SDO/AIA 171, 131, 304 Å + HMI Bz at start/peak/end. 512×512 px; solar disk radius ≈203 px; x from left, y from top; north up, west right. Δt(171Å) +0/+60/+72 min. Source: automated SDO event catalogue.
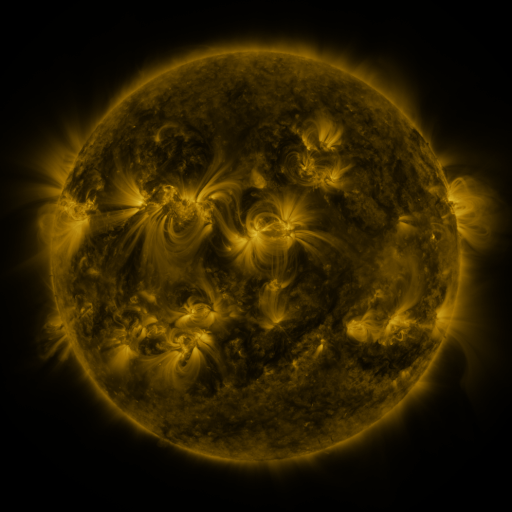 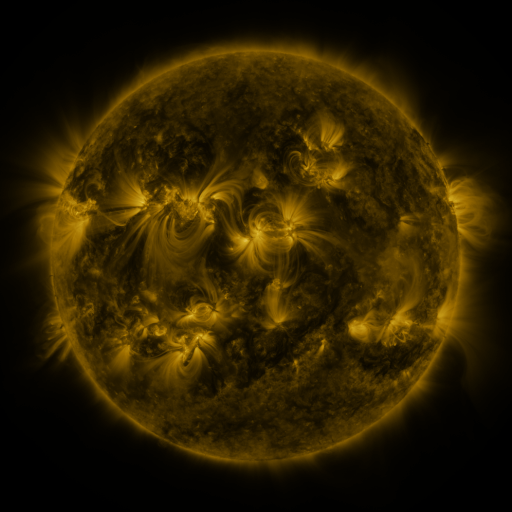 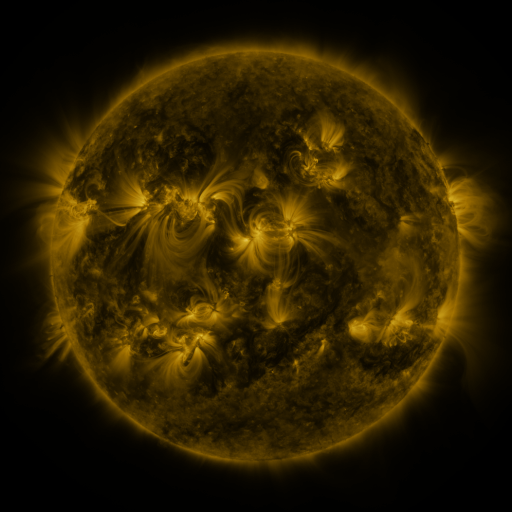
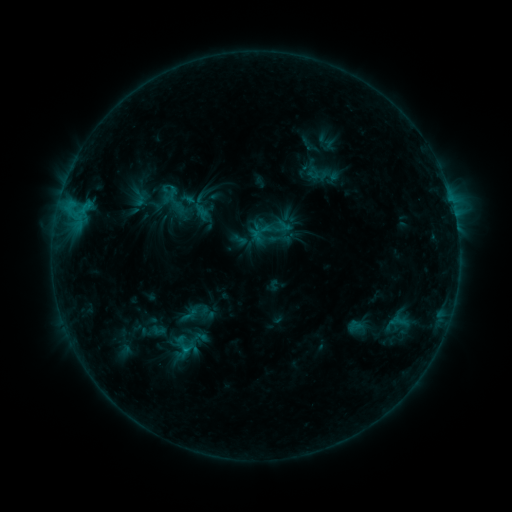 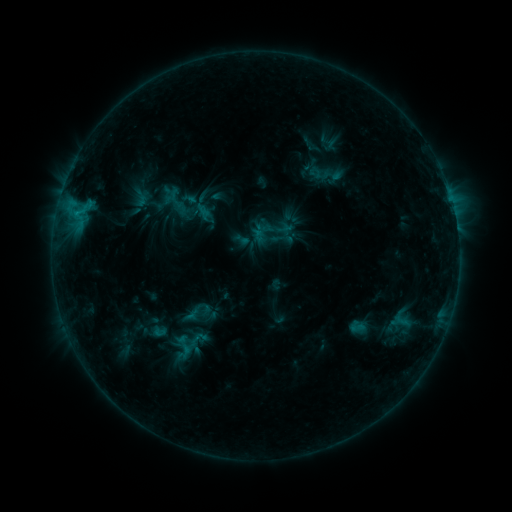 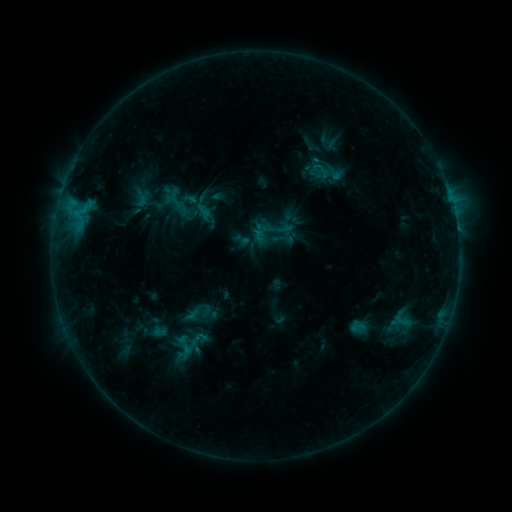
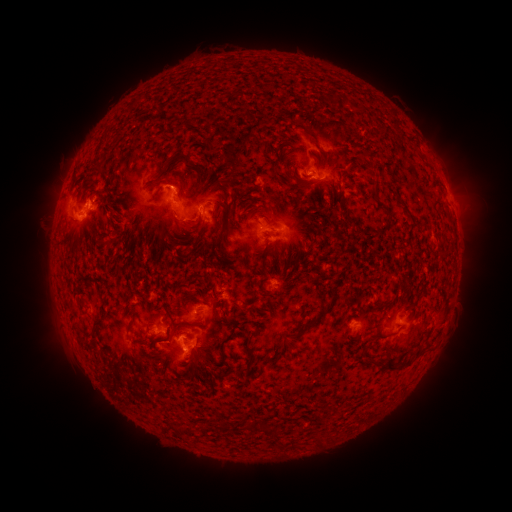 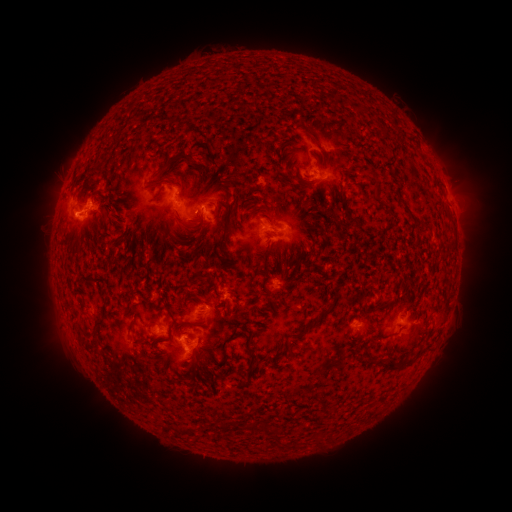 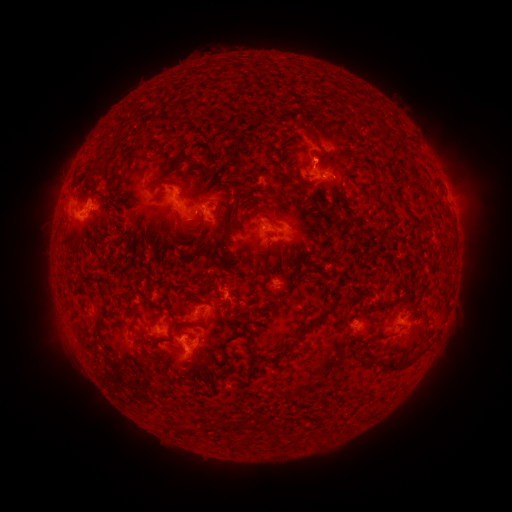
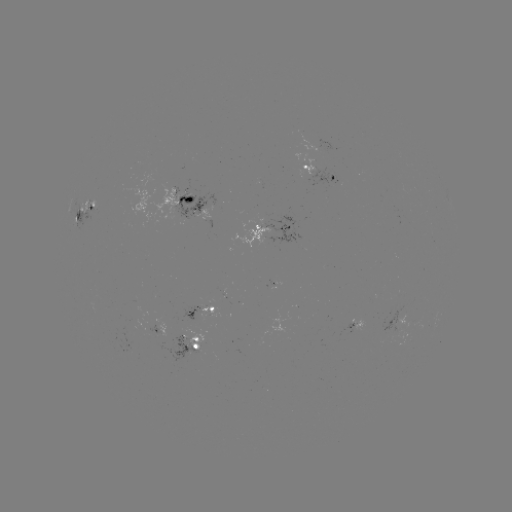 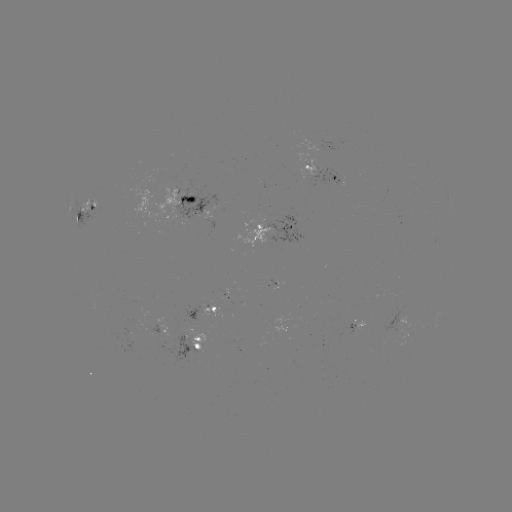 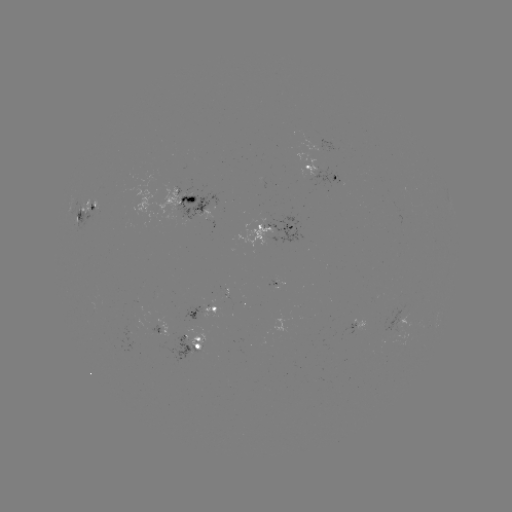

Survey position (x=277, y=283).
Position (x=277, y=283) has emerging-flux region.